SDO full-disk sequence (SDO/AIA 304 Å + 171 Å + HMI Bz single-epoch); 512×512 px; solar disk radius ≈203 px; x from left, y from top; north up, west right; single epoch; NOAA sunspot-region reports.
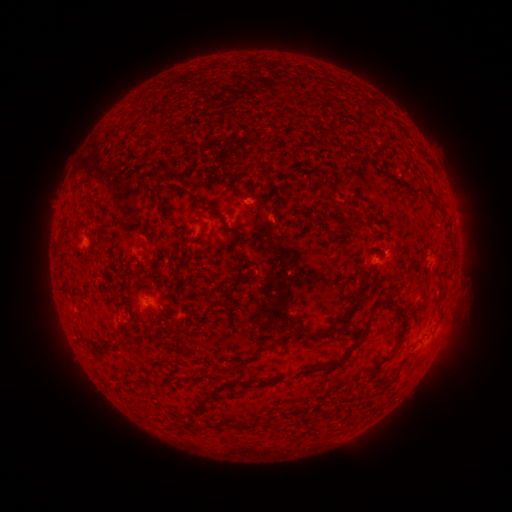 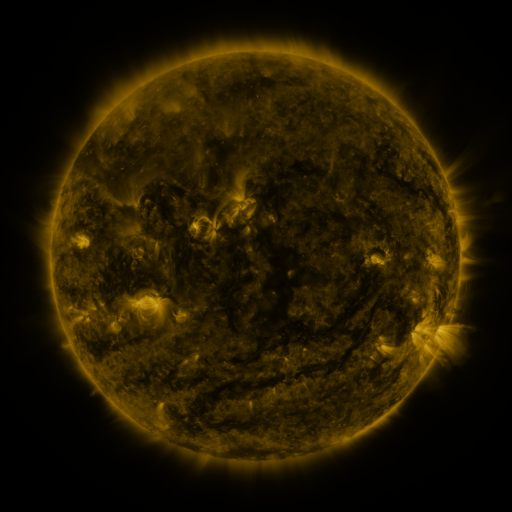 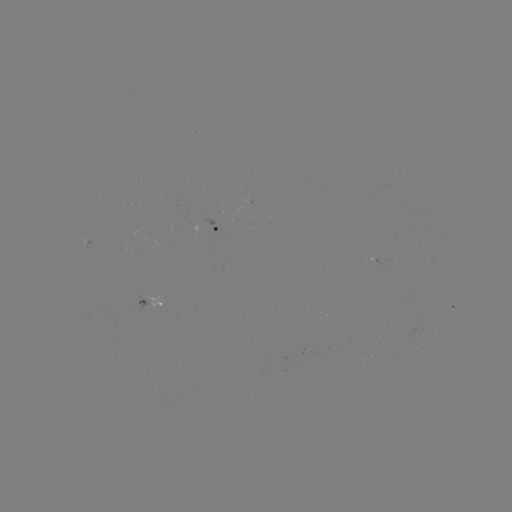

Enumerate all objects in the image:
spotted active region: (221, 231)
spotted active region: (375, 259)
spotted active region: (154, 302)
